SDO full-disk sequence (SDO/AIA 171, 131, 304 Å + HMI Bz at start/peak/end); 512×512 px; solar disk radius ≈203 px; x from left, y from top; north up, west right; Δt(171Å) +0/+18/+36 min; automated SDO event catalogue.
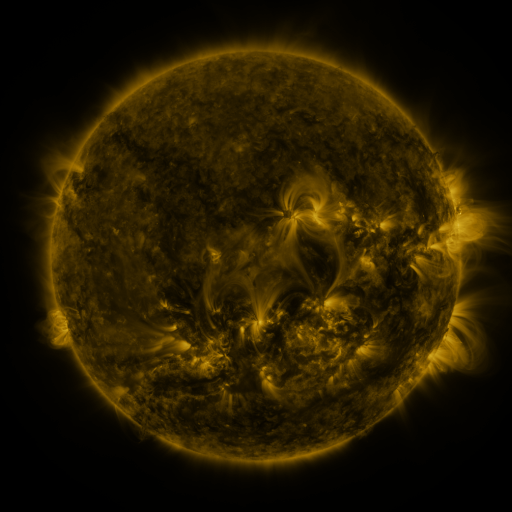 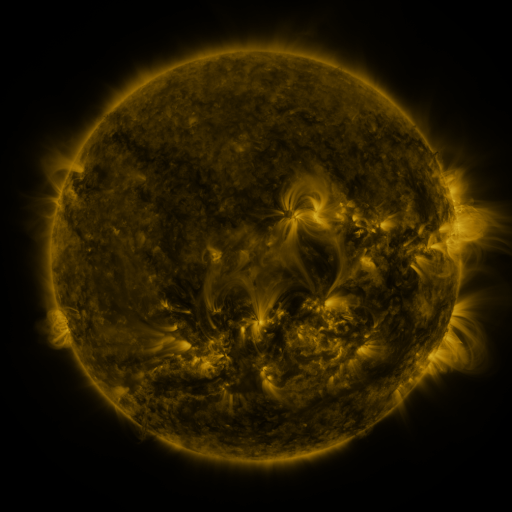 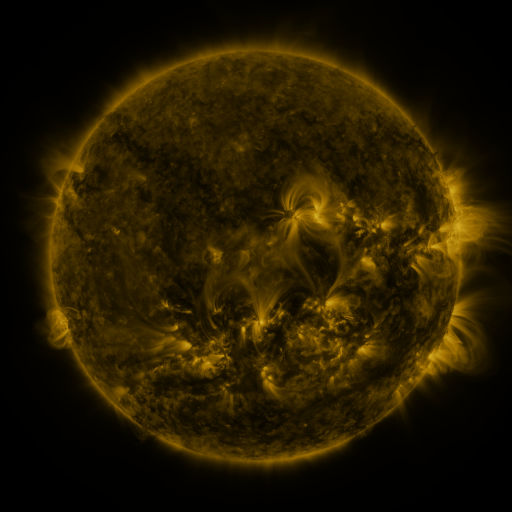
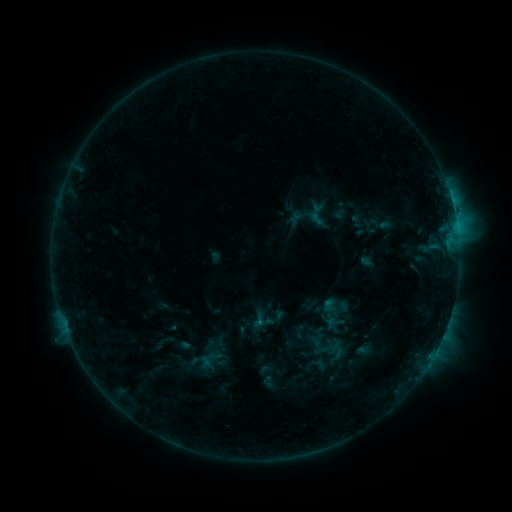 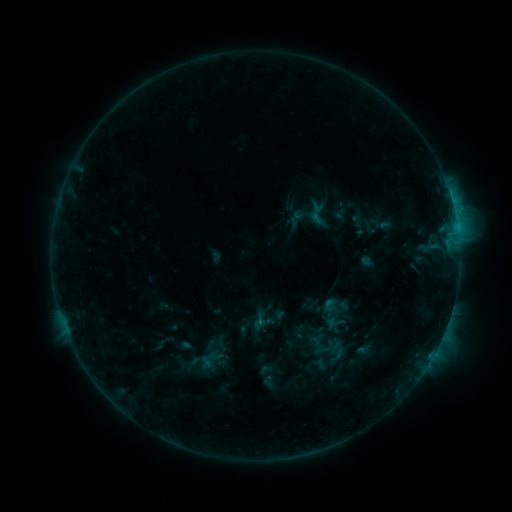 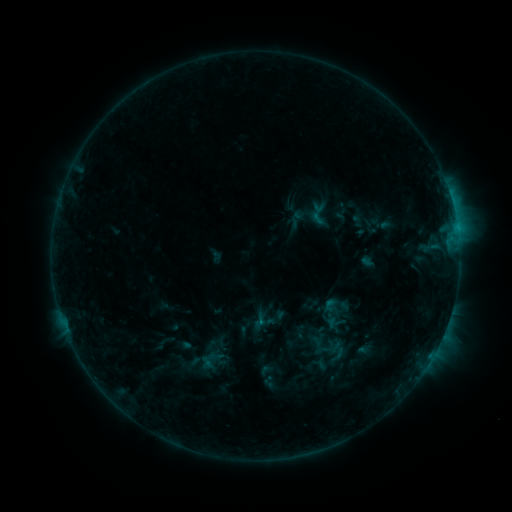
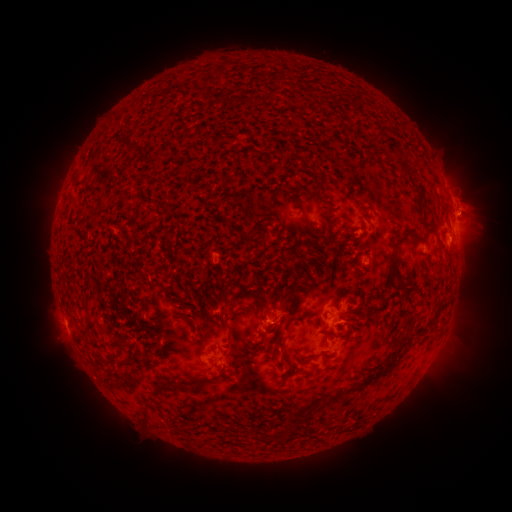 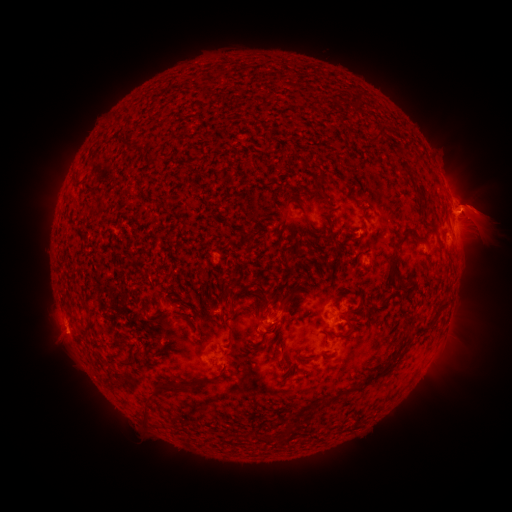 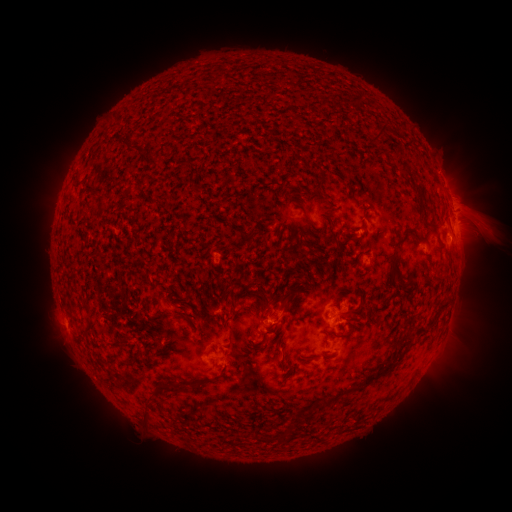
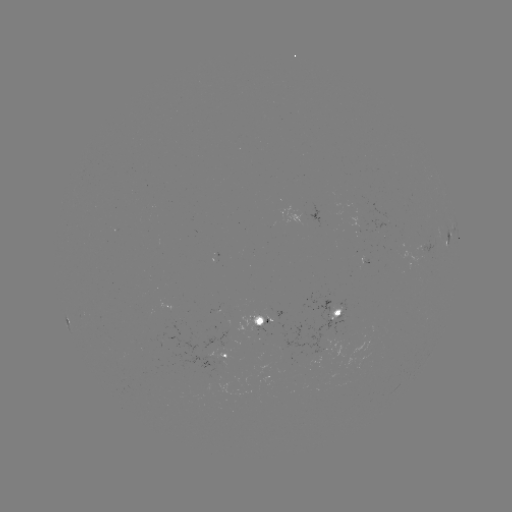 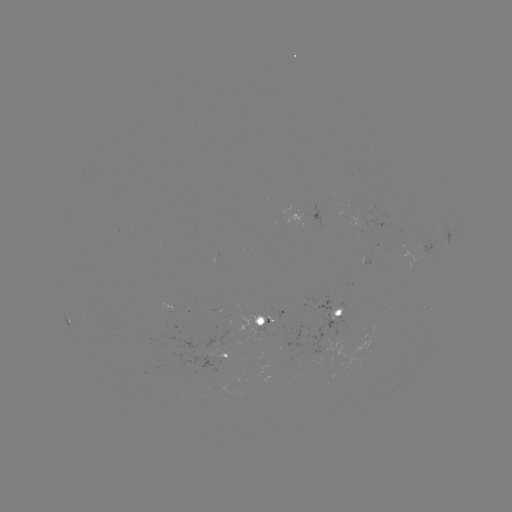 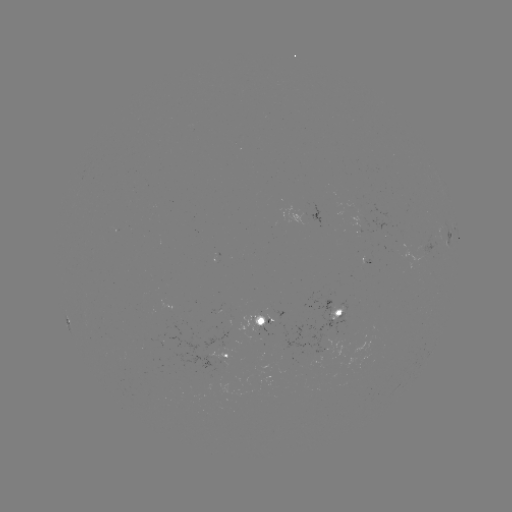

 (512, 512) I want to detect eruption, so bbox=[447, 176, 511, 258].